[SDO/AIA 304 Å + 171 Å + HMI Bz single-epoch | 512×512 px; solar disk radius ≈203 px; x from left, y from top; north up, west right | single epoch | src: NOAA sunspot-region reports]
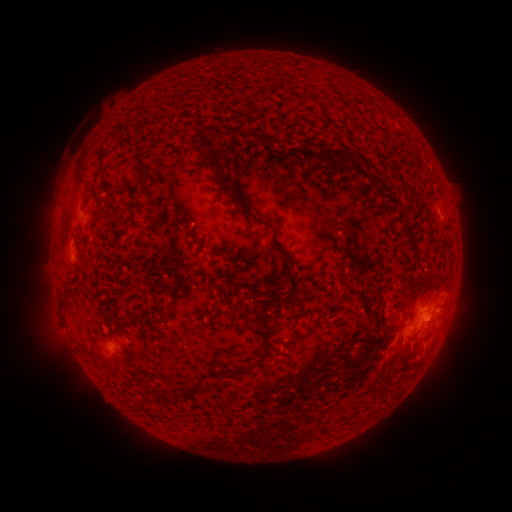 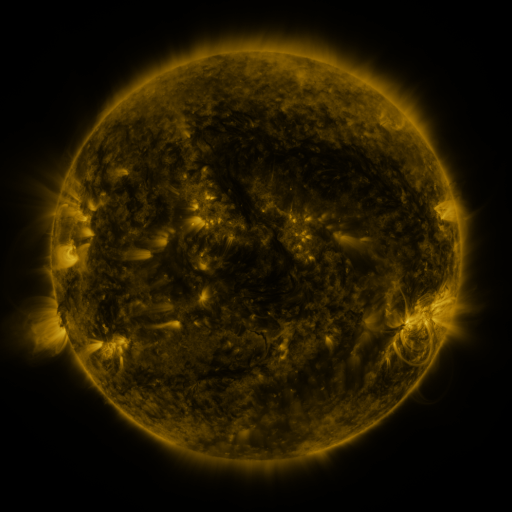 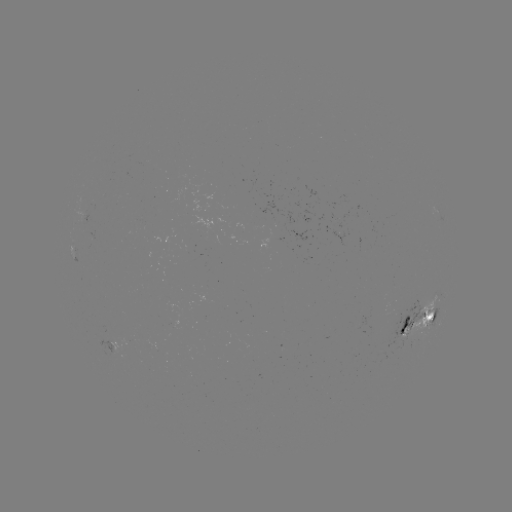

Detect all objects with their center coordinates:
spotted active region: (420, 321)
spotted active region: (121, 345)
